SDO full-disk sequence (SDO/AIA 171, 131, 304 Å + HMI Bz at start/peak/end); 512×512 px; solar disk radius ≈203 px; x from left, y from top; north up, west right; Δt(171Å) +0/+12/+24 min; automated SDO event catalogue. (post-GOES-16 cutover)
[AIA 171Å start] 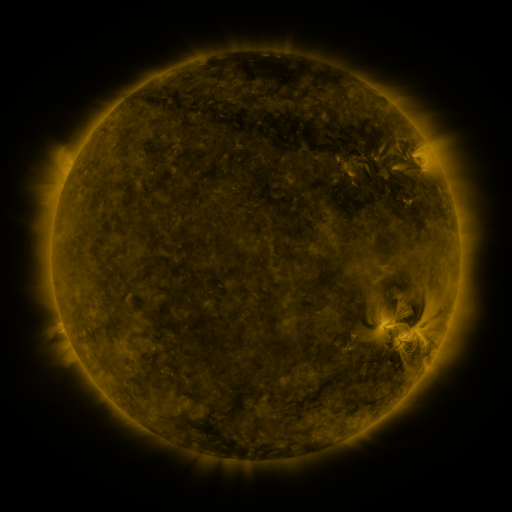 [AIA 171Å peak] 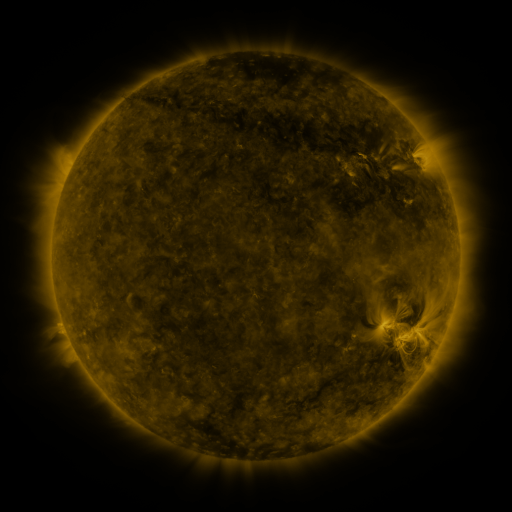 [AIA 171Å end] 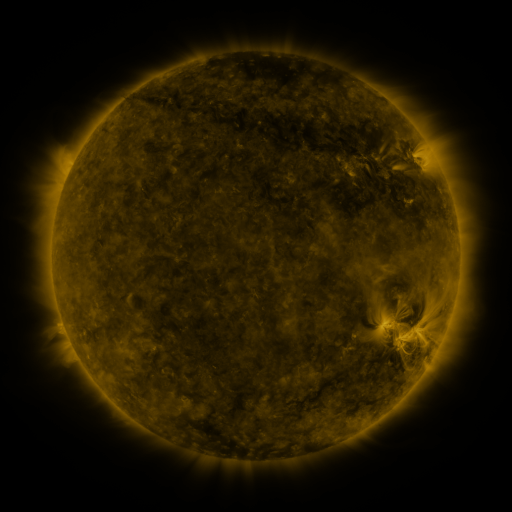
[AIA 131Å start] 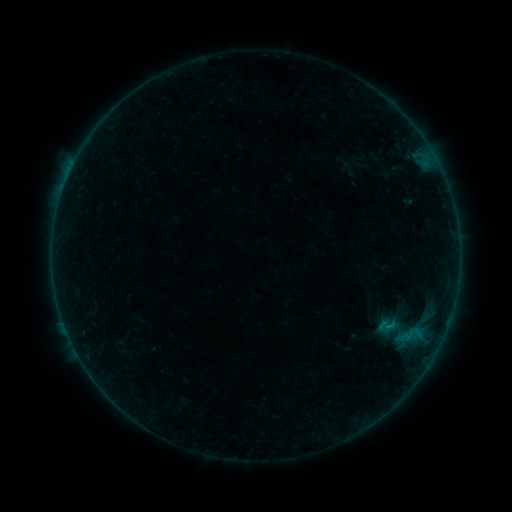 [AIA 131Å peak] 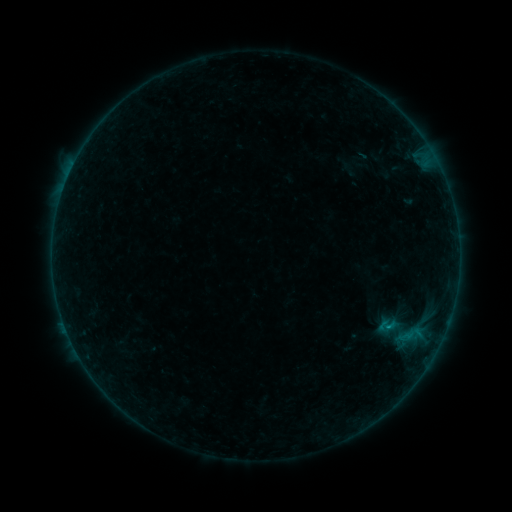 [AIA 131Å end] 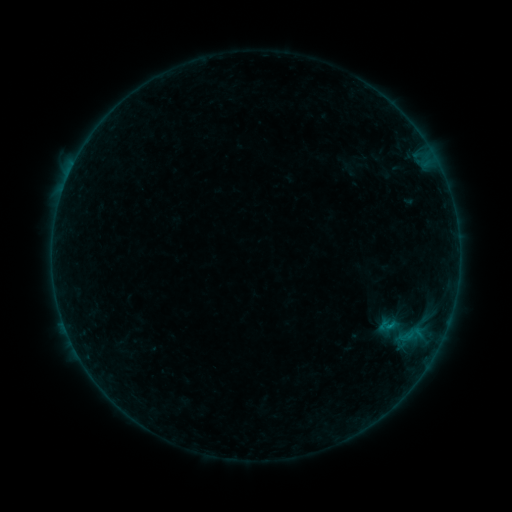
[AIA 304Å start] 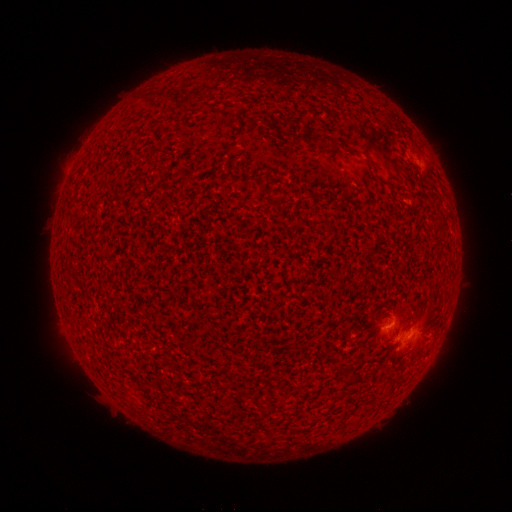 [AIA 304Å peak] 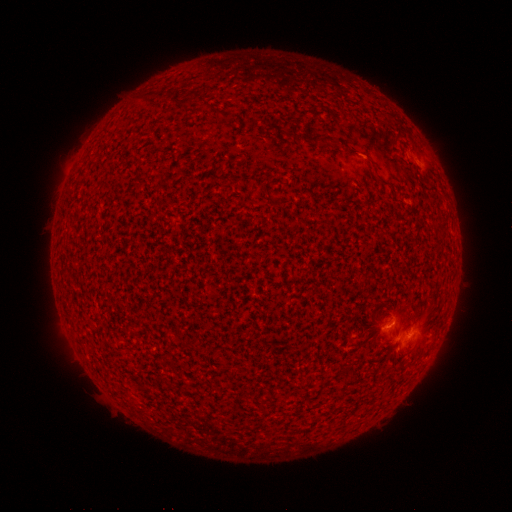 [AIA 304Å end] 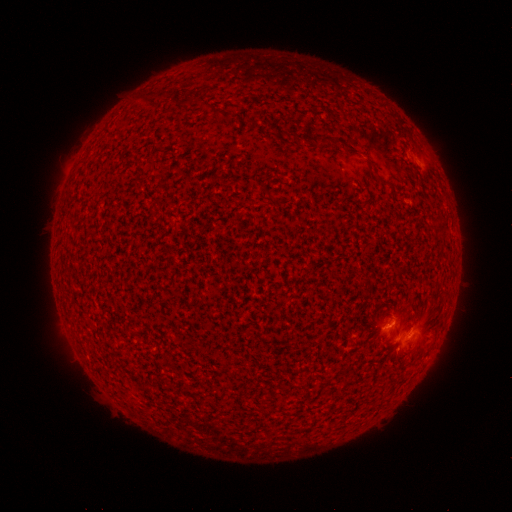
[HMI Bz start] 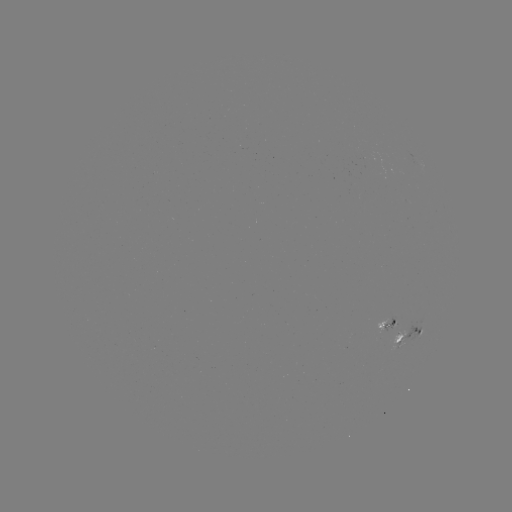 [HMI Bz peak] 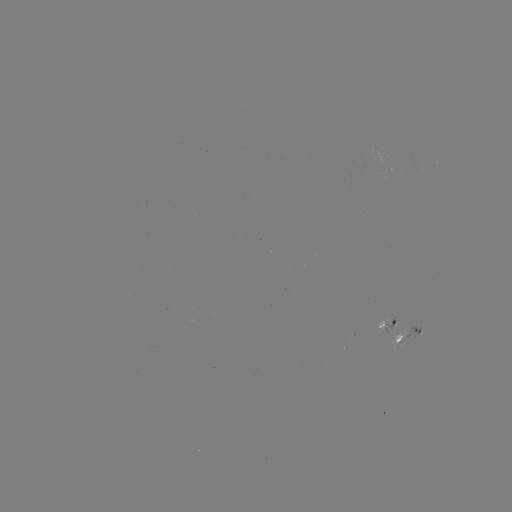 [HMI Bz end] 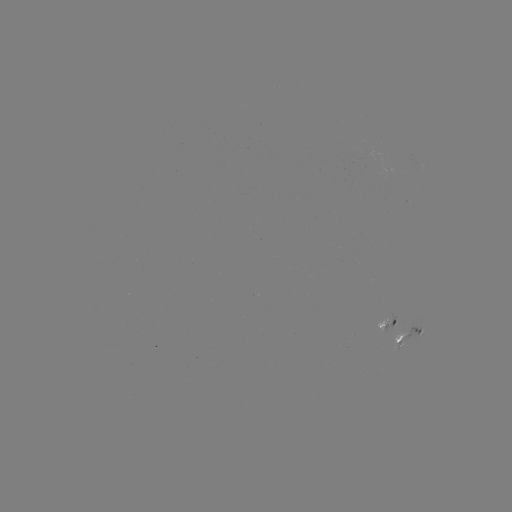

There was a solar flare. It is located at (388, 326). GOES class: B2.5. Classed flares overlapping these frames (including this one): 1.